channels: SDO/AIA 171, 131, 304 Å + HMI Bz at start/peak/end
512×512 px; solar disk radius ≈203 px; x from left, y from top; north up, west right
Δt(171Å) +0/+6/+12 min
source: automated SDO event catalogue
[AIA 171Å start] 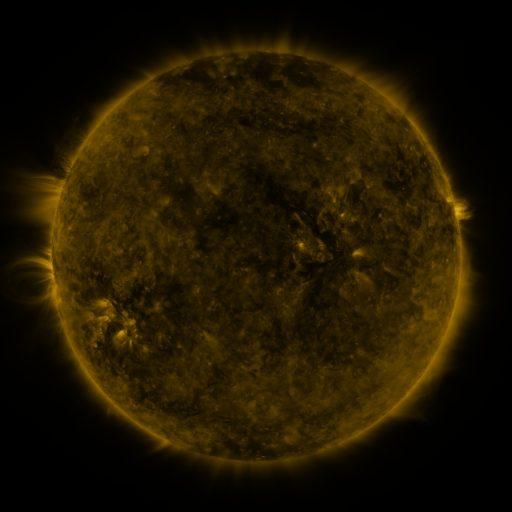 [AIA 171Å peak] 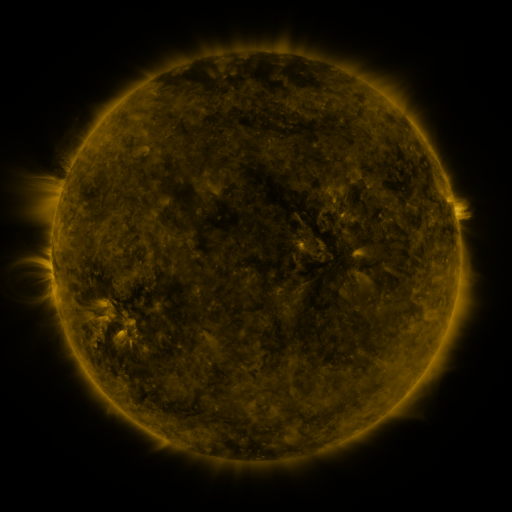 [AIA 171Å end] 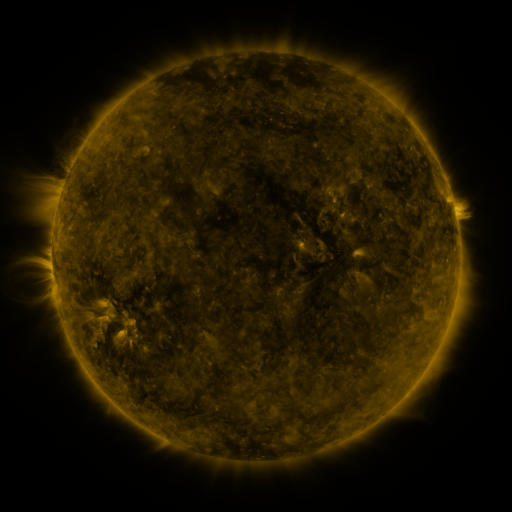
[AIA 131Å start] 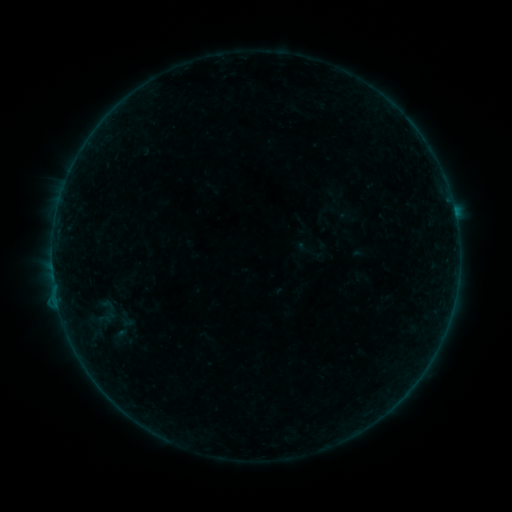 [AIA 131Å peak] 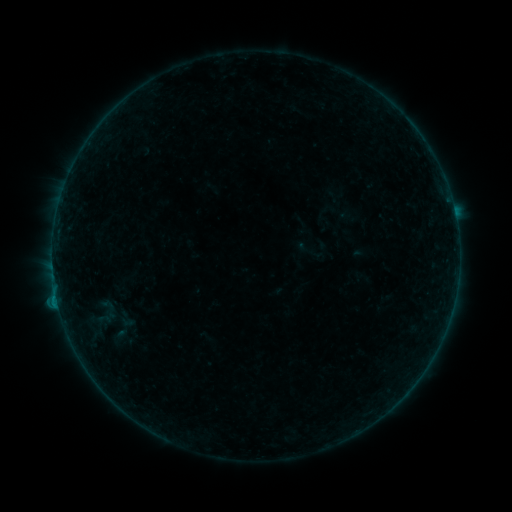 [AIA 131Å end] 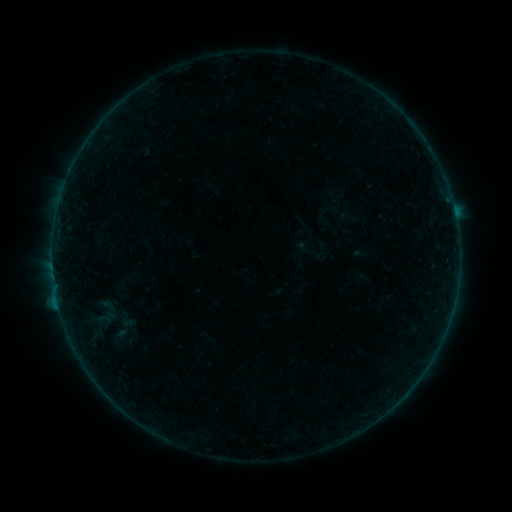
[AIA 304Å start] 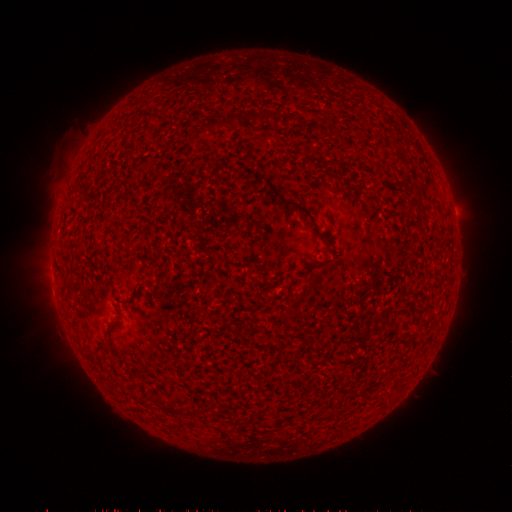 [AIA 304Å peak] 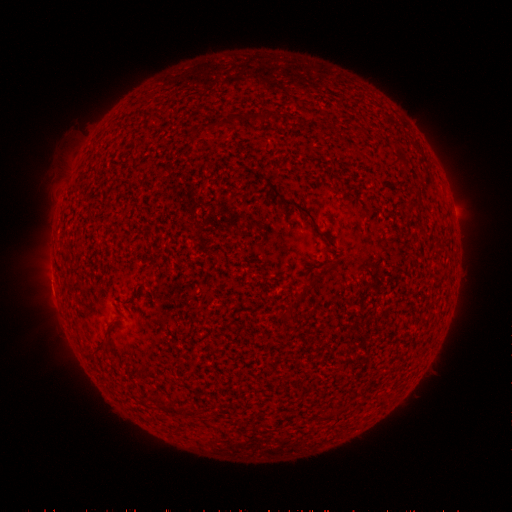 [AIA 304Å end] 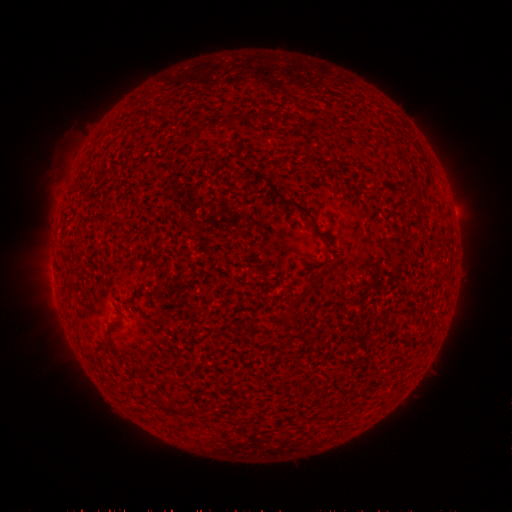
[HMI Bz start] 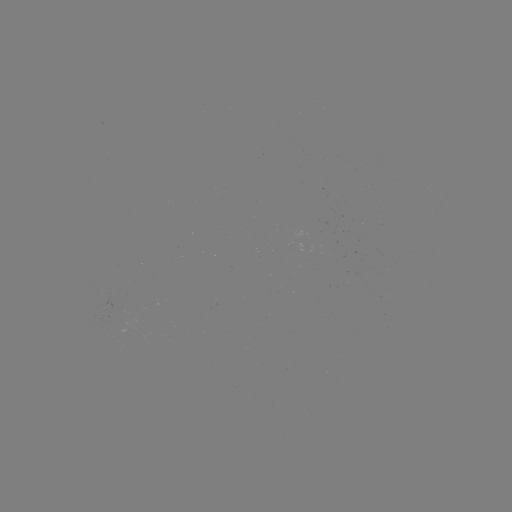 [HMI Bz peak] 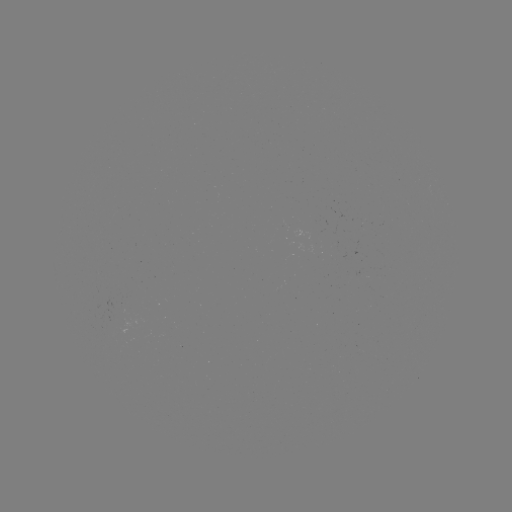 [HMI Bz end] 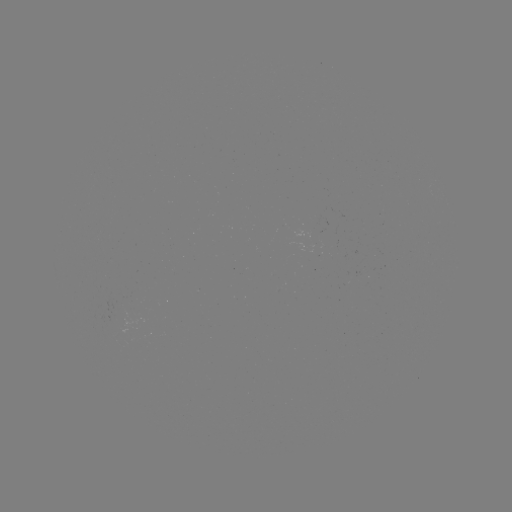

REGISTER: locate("B3.4 flare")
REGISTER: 58,302